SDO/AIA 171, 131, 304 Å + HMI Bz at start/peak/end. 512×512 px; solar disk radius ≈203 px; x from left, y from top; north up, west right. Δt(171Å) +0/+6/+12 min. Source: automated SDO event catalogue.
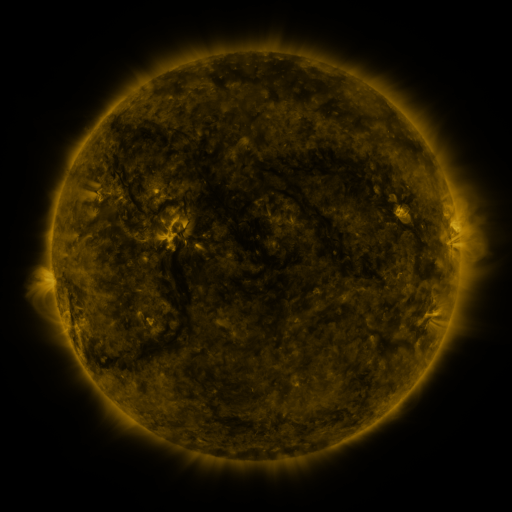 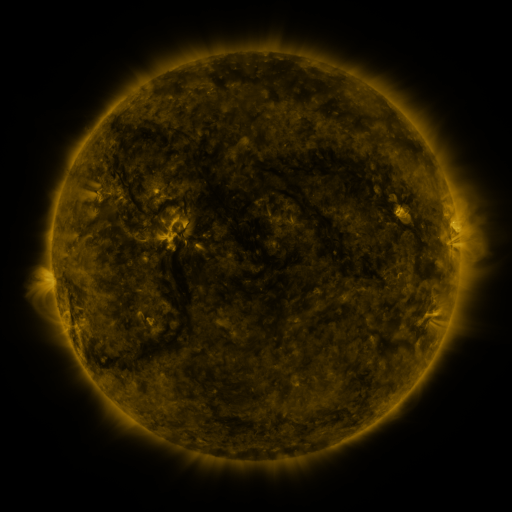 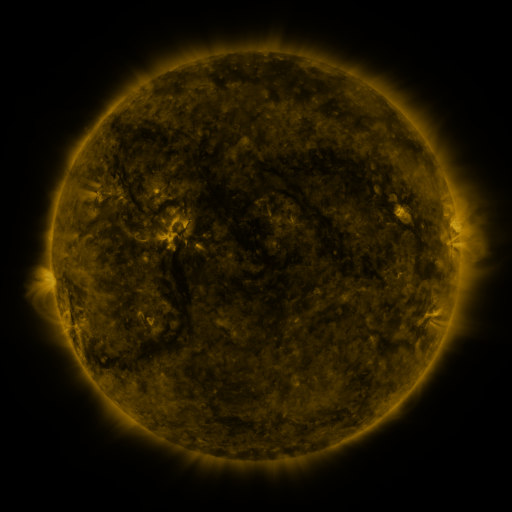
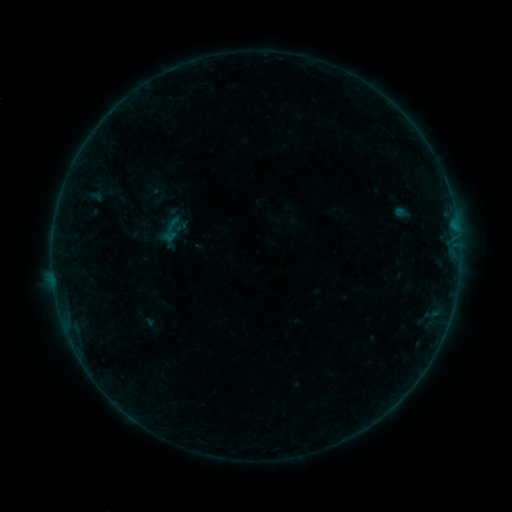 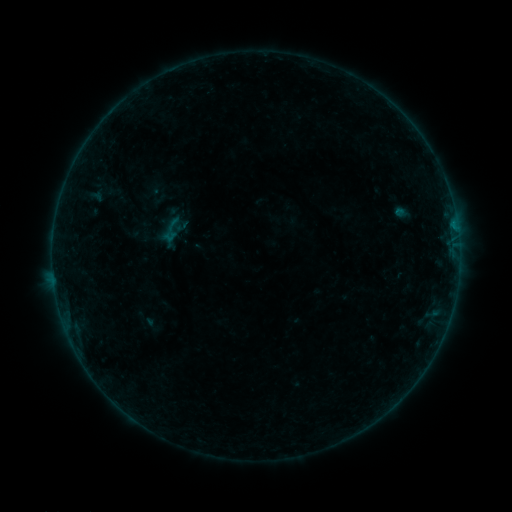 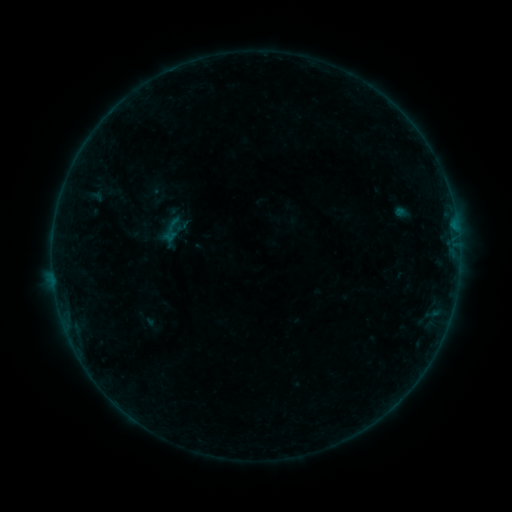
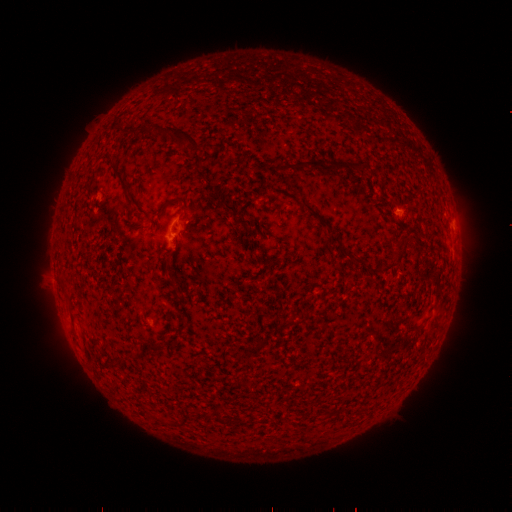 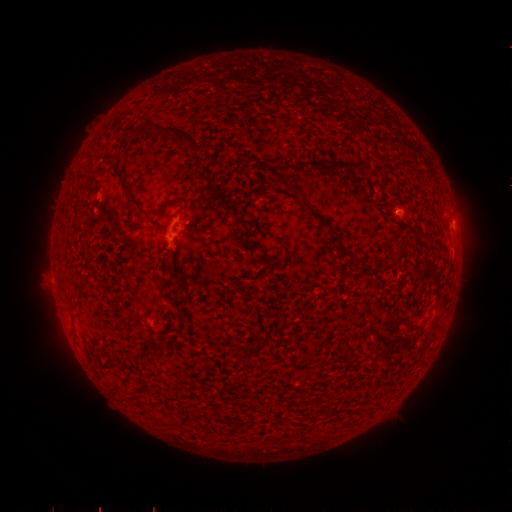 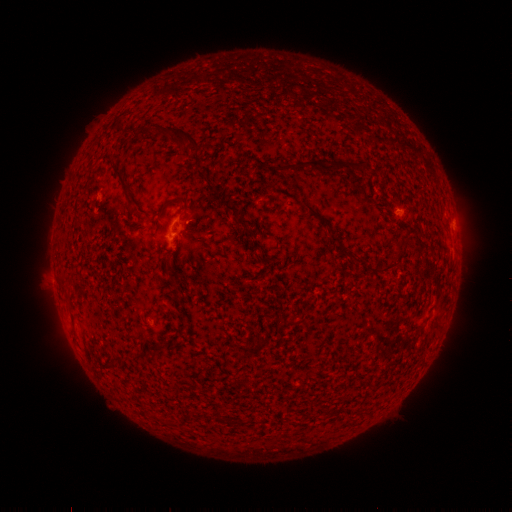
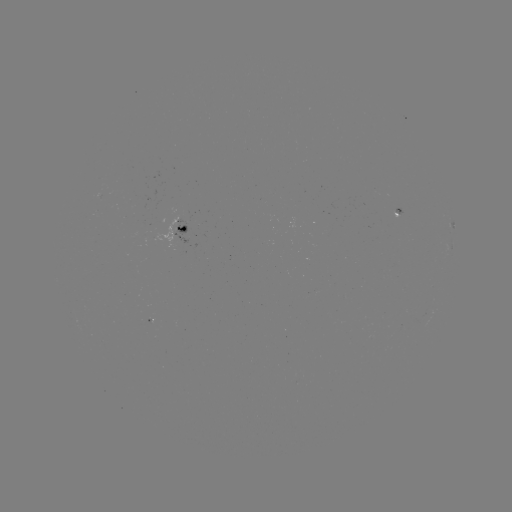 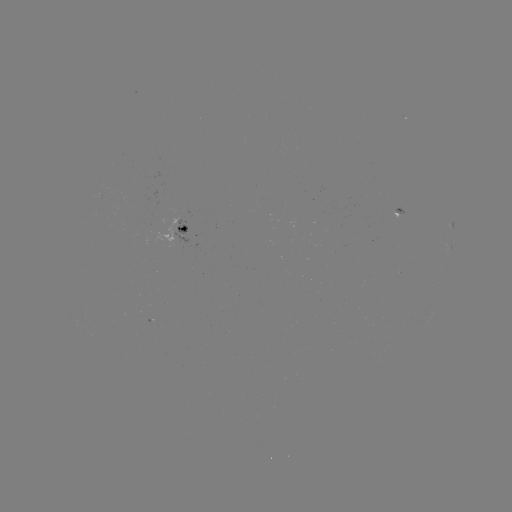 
nothing was catalogued: no classed flare, no EUV trigger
